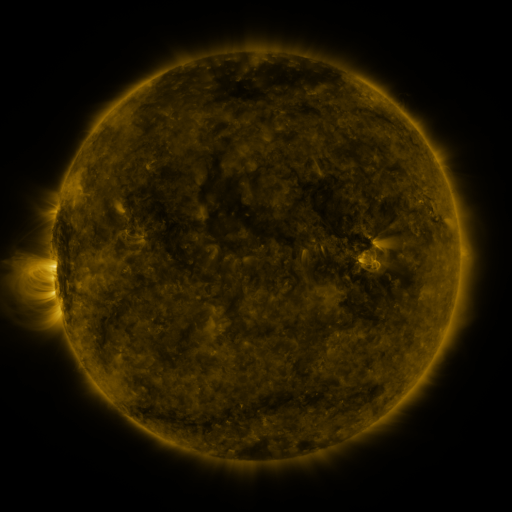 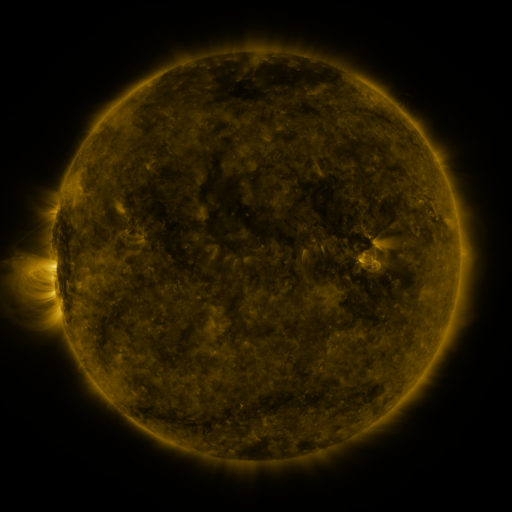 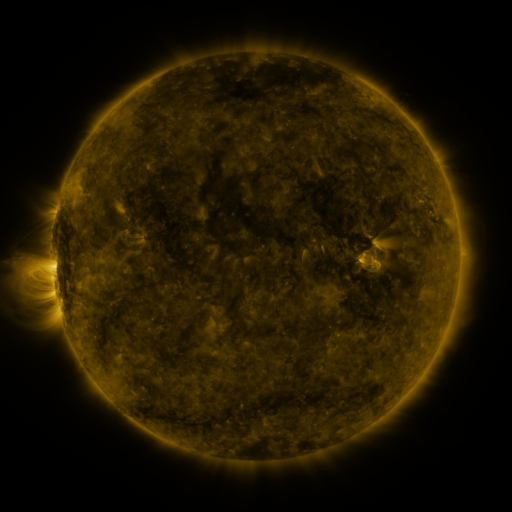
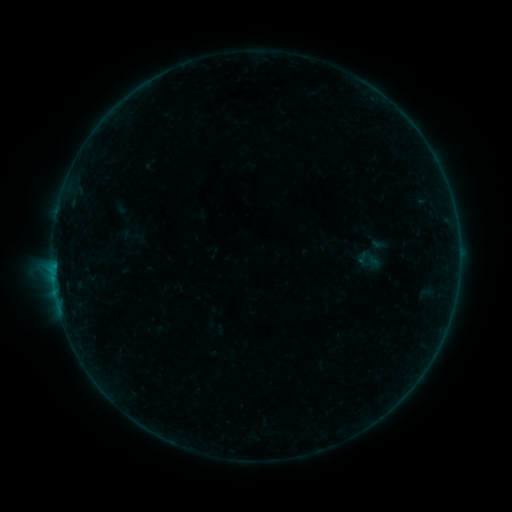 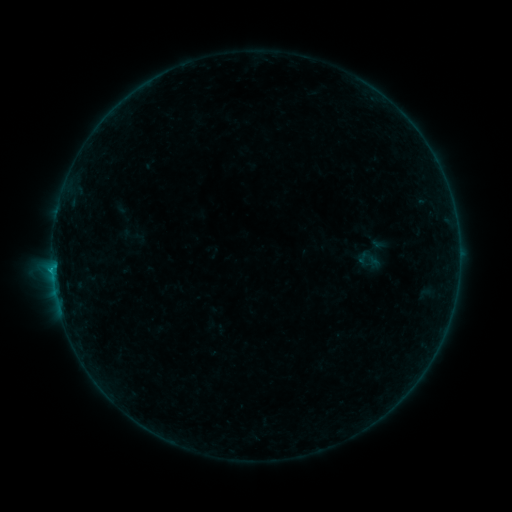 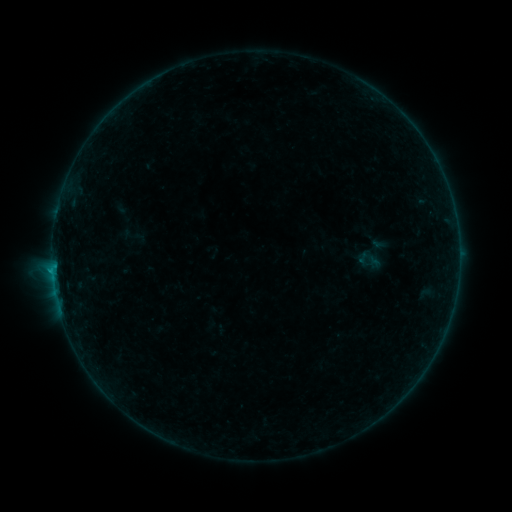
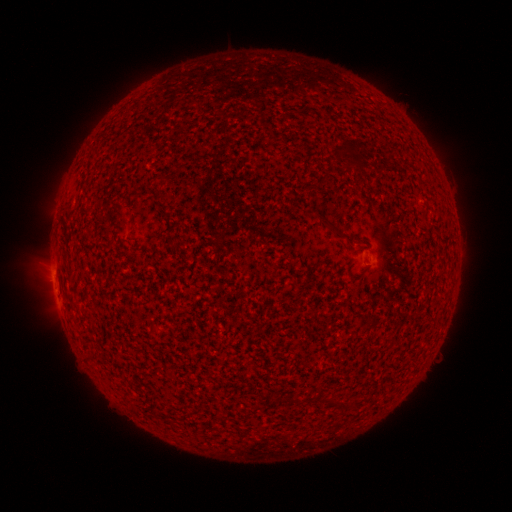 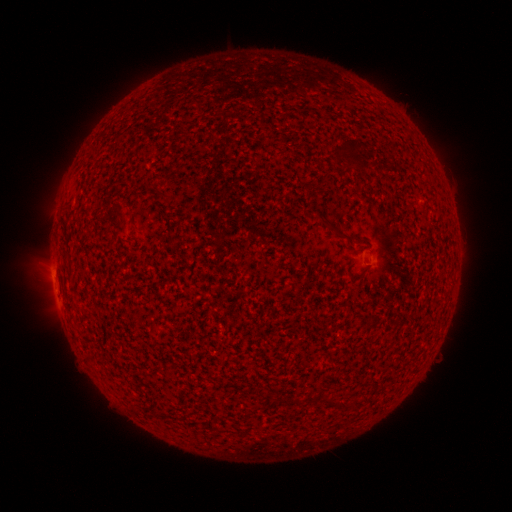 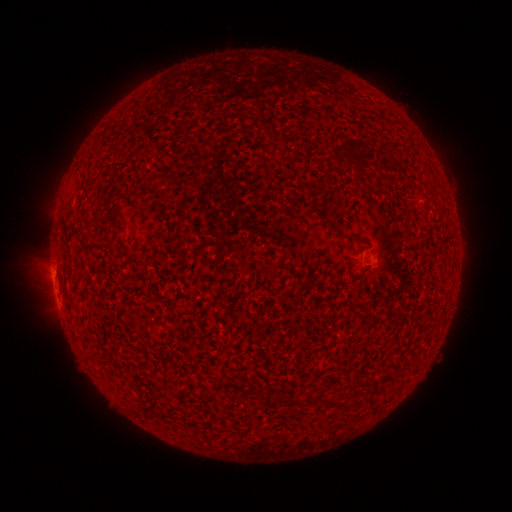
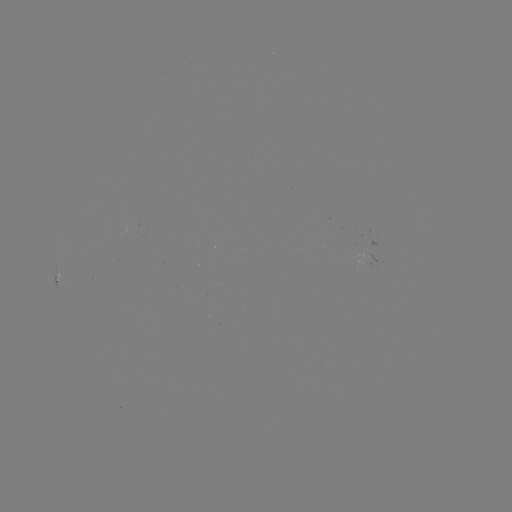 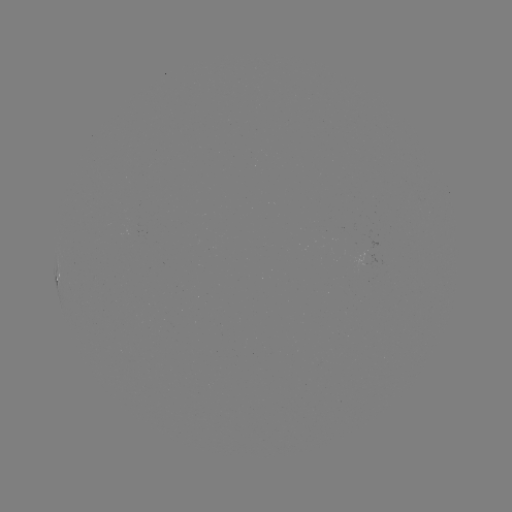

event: flare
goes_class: B2.6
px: (53, 270)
